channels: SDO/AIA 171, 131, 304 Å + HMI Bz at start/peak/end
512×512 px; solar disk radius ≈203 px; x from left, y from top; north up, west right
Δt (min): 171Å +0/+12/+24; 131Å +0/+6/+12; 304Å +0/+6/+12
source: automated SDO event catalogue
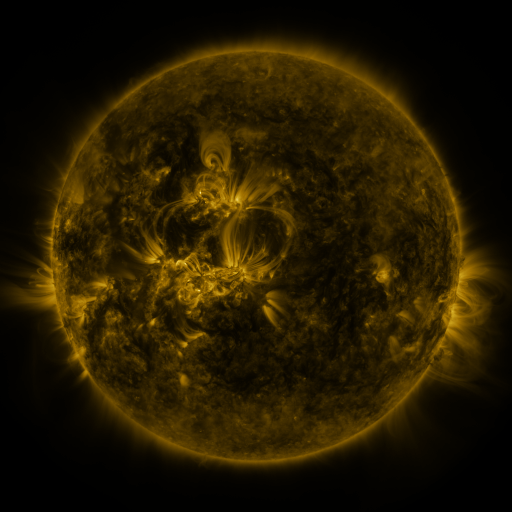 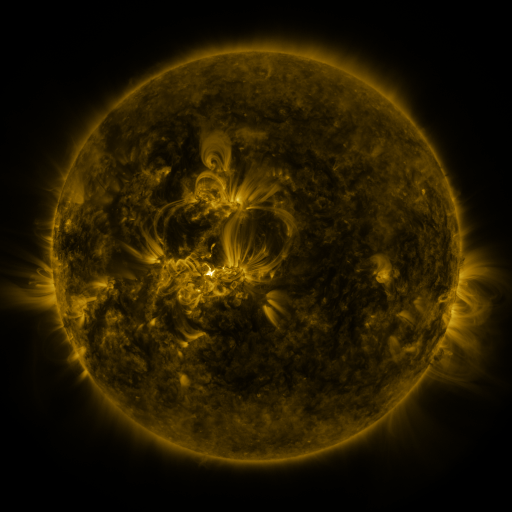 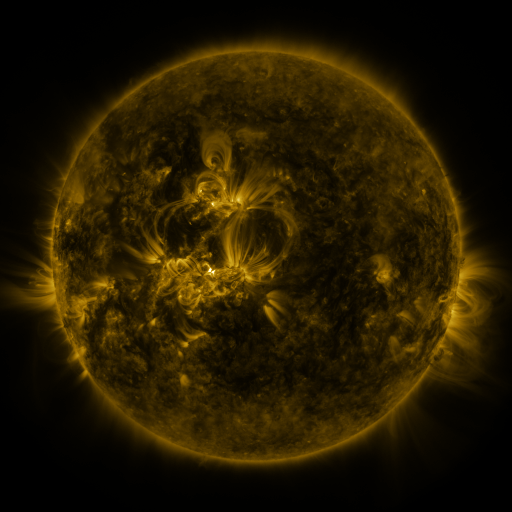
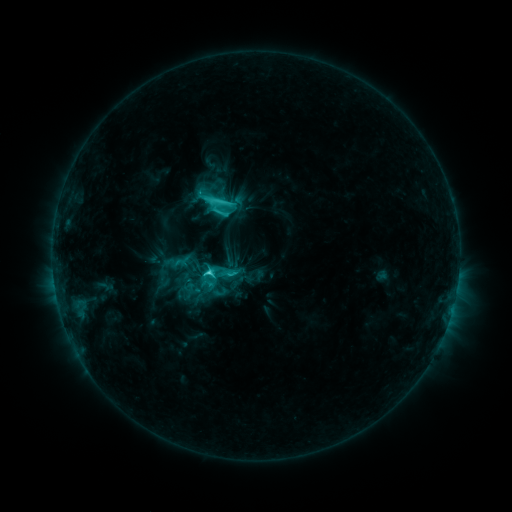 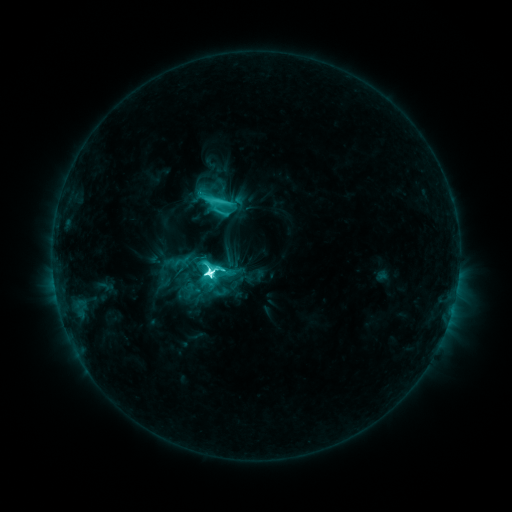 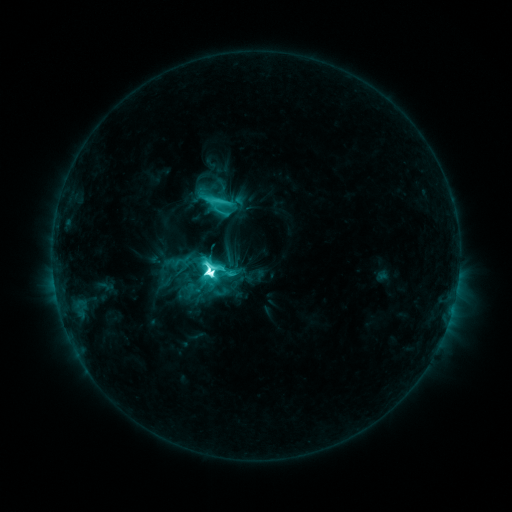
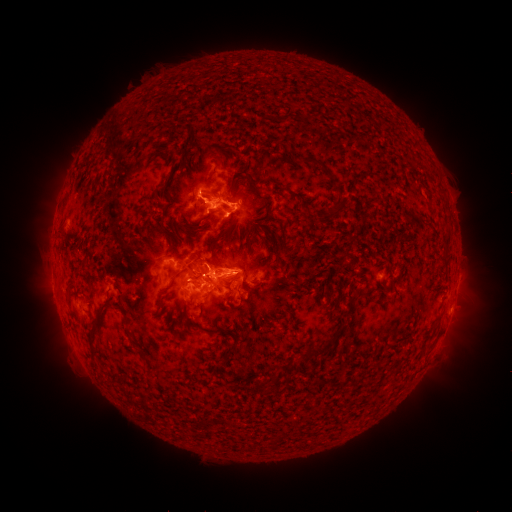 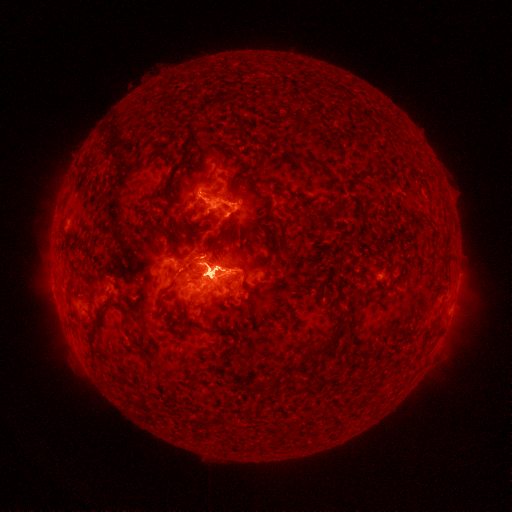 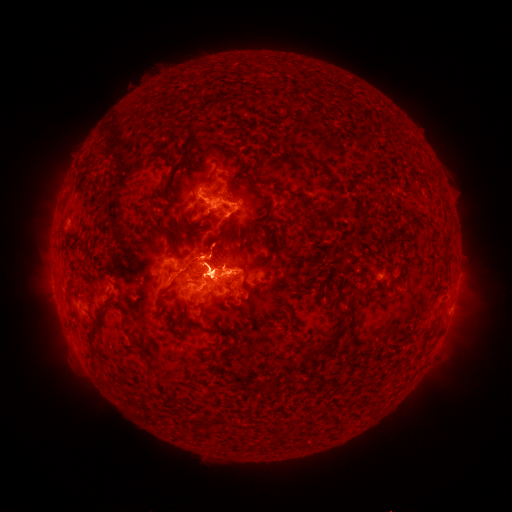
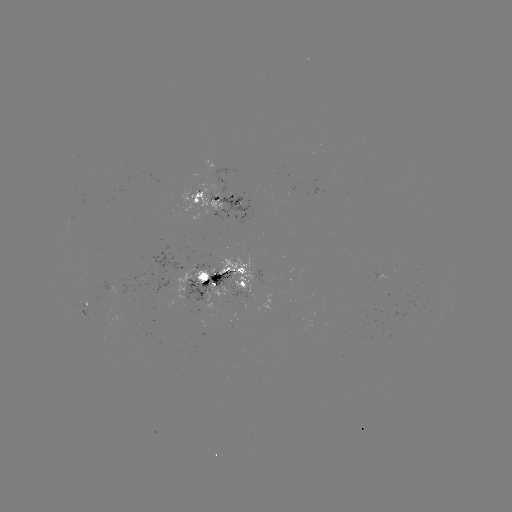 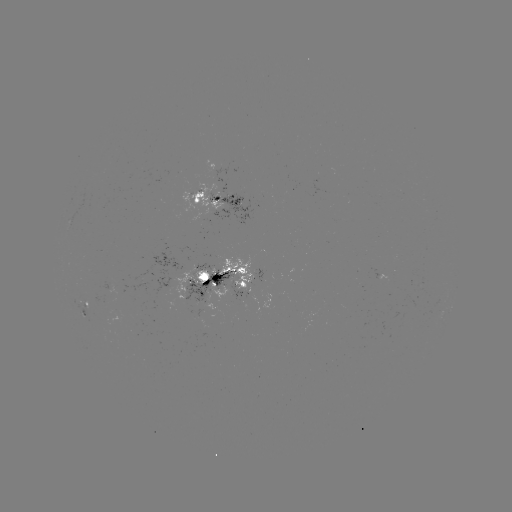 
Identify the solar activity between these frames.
eruption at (468, 315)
